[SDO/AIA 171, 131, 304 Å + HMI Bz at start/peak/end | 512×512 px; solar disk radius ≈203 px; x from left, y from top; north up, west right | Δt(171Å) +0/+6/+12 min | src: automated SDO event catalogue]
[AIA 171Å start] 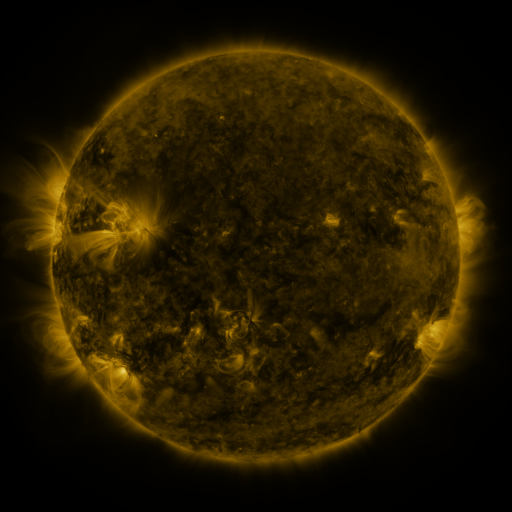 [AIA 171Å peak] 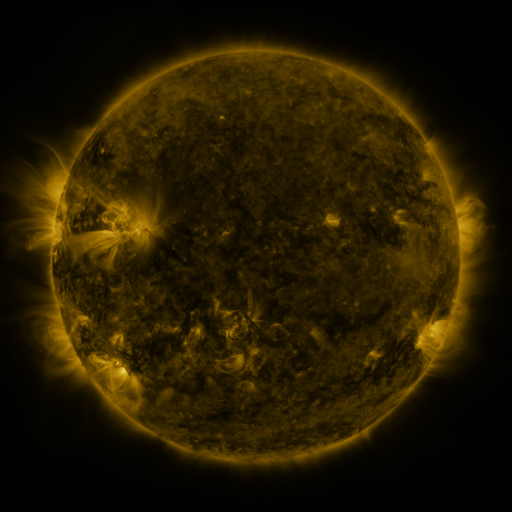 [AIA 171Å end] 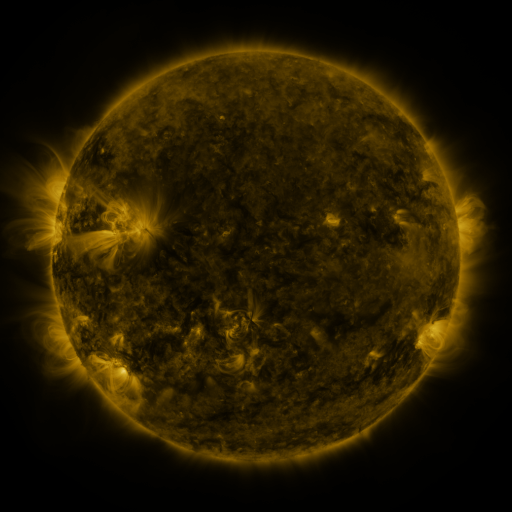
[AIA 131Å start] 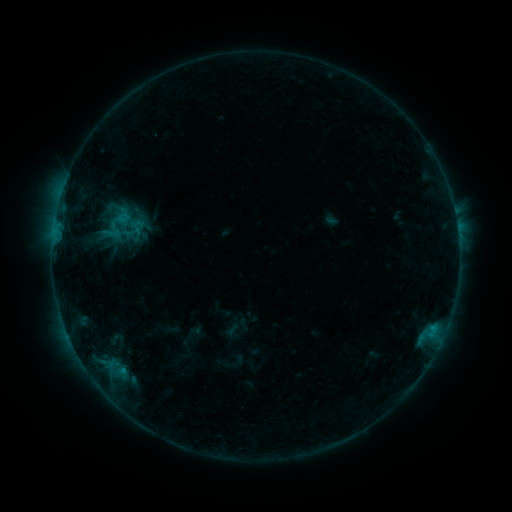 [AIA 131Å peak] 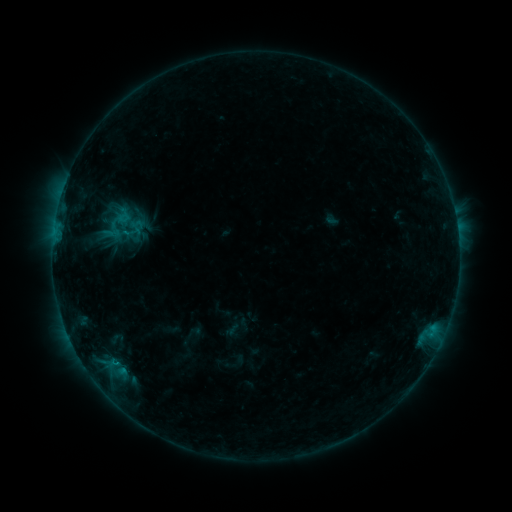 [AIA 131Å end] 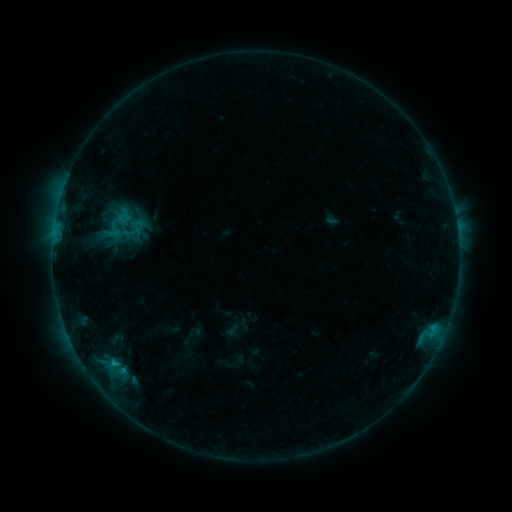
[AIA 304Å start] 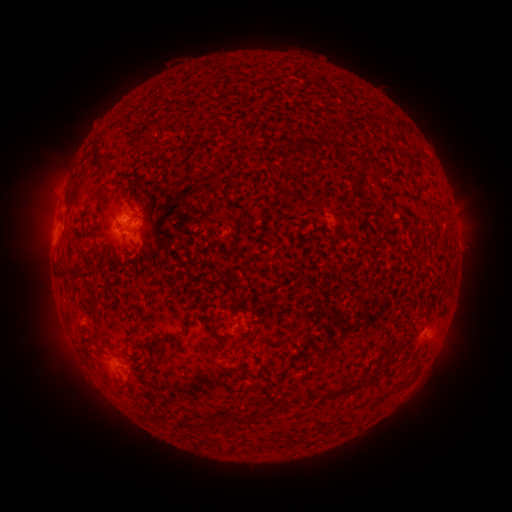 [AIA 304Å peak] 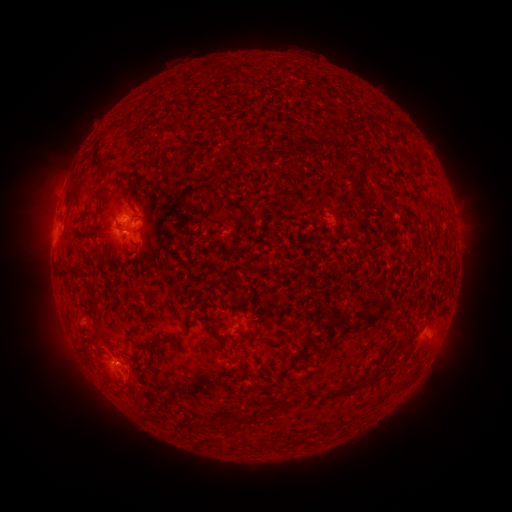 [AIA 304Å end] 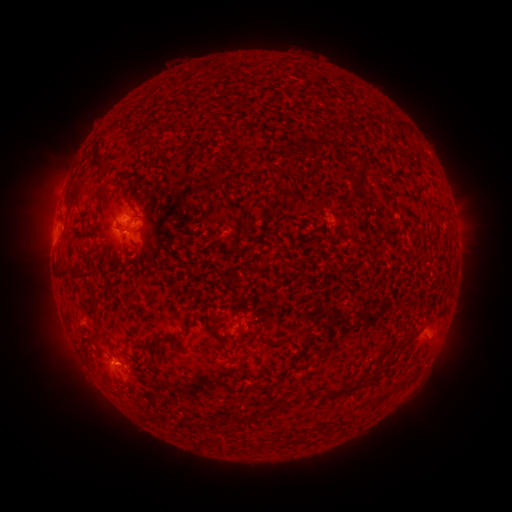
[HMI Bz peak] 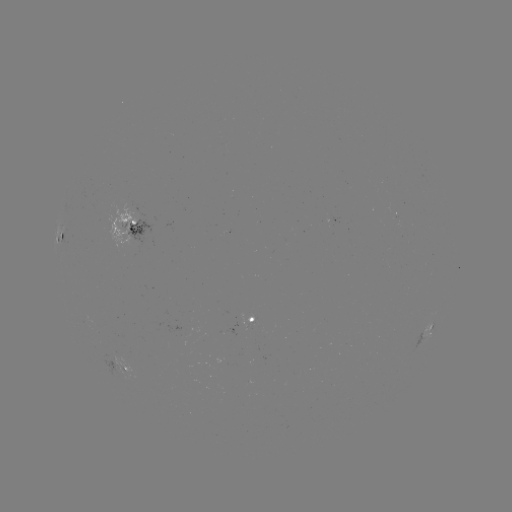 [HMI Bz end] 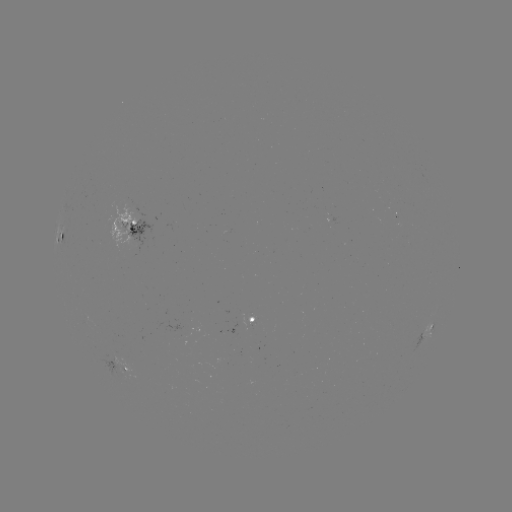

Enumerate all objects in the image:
B7.5 flare: (116, 362)
